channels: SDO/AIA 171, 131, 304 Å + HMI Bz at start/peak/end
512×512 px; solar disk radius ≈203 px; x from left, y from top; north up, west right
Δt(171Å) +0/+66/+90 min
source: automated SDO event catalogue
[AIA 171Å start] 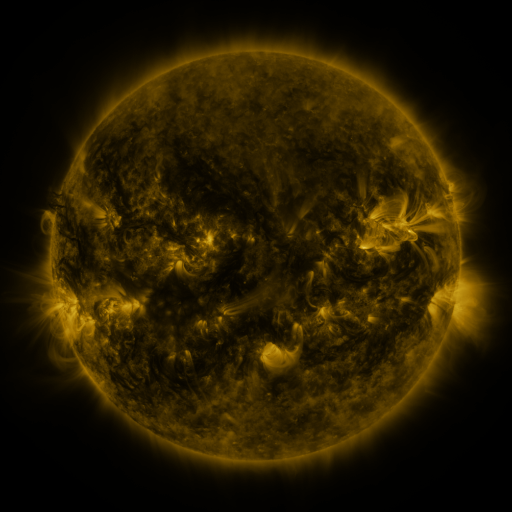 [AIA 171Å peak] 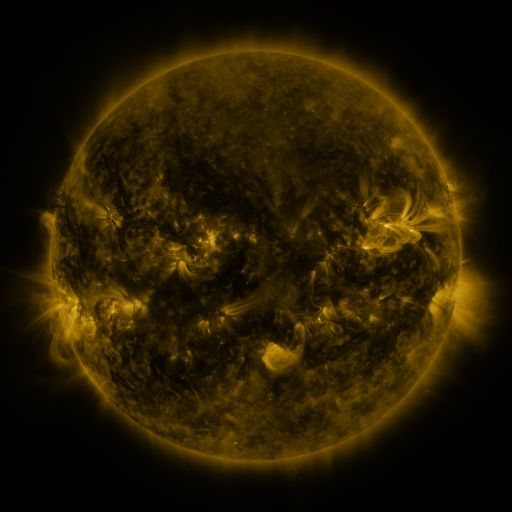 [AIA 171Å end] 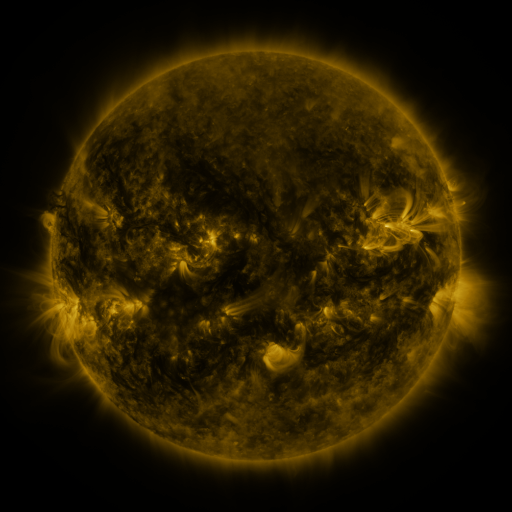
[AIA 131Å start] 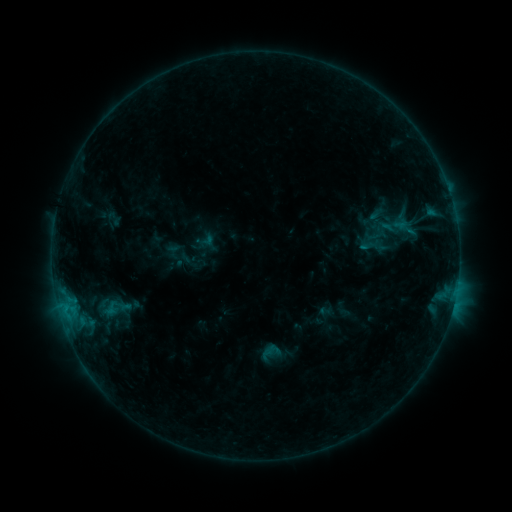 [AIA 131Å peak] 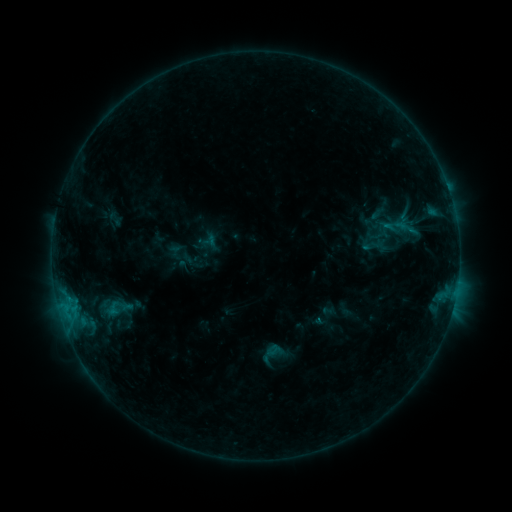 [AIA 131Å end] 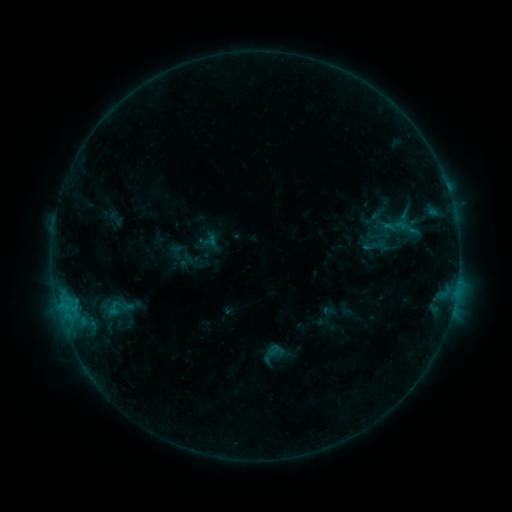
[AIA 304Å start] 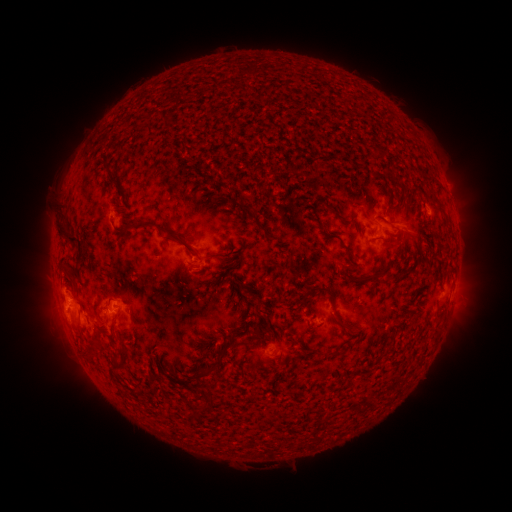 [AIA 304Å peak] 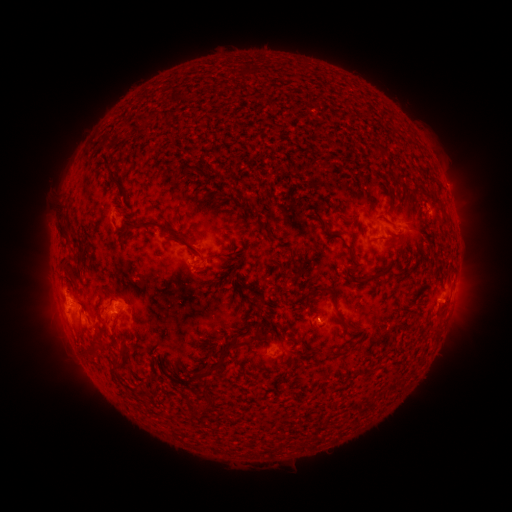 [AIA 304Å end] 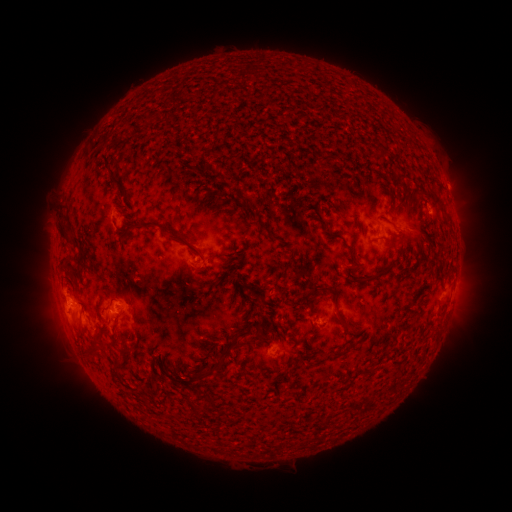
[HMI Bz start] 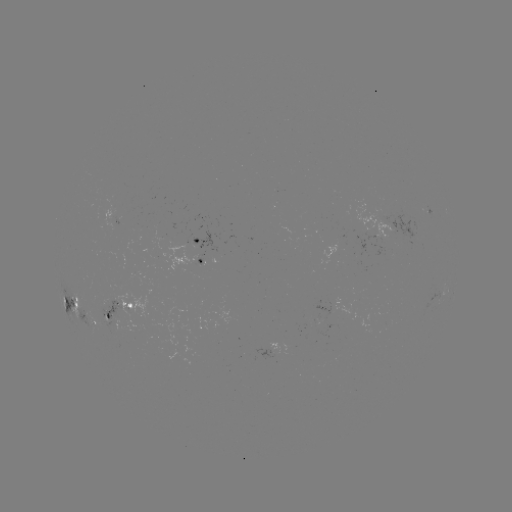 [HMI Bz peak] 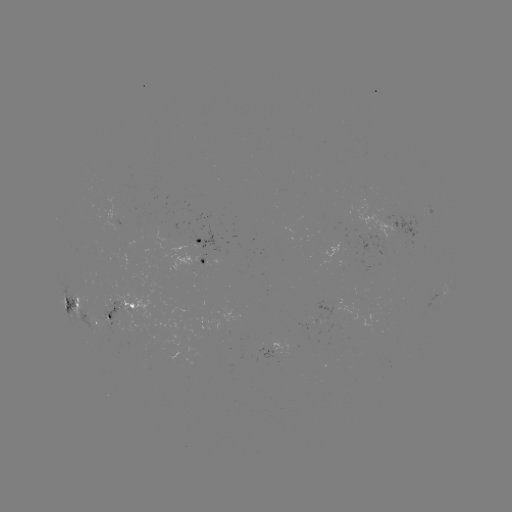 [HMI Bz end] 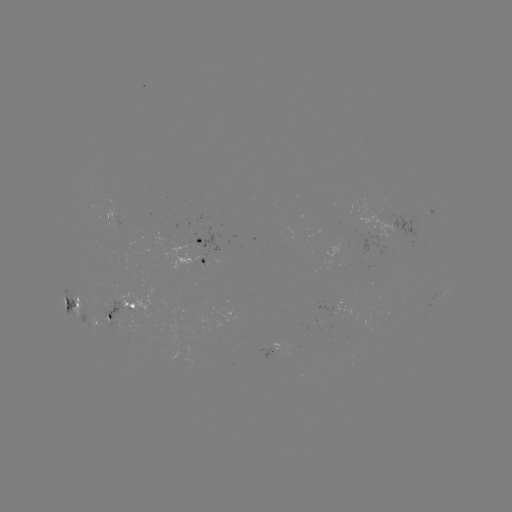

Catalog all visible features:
emerging-flux region: (379, 231)
